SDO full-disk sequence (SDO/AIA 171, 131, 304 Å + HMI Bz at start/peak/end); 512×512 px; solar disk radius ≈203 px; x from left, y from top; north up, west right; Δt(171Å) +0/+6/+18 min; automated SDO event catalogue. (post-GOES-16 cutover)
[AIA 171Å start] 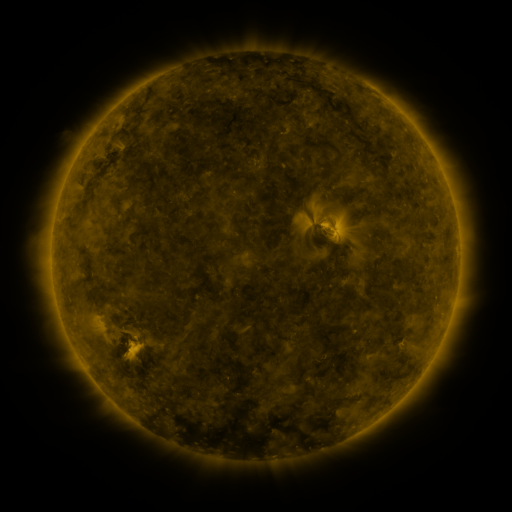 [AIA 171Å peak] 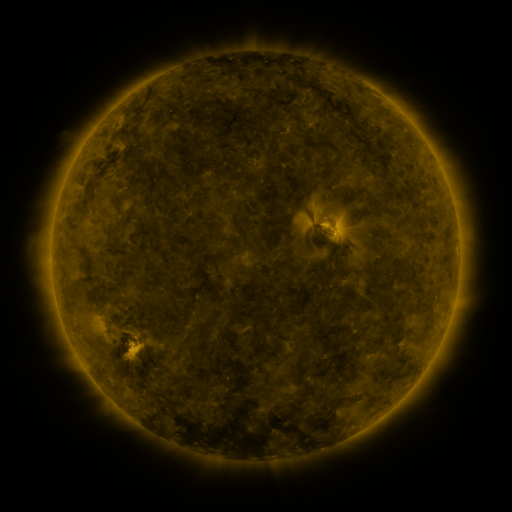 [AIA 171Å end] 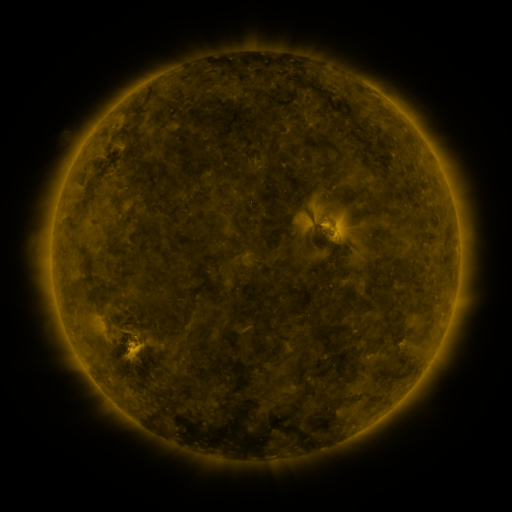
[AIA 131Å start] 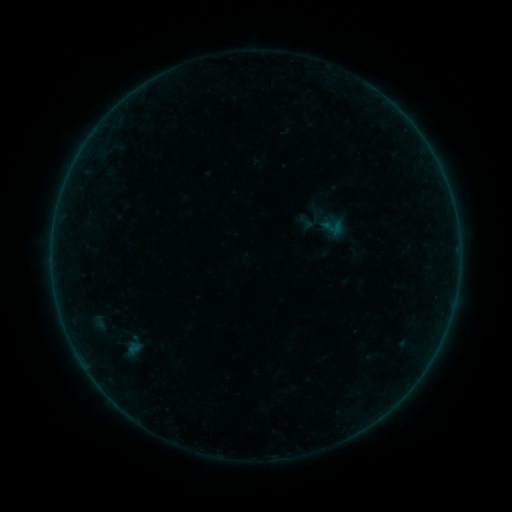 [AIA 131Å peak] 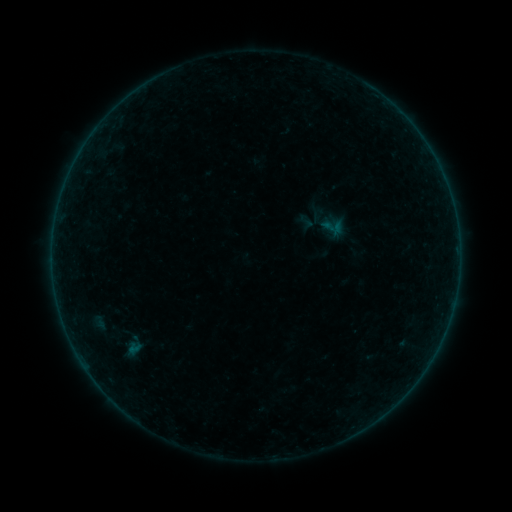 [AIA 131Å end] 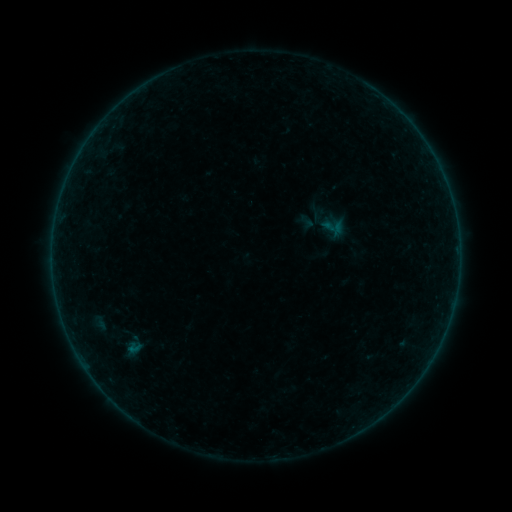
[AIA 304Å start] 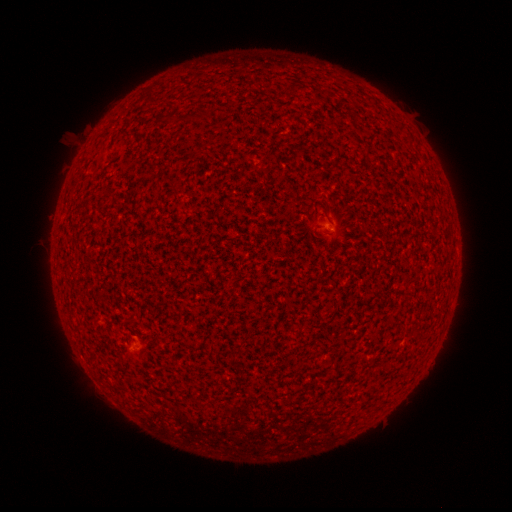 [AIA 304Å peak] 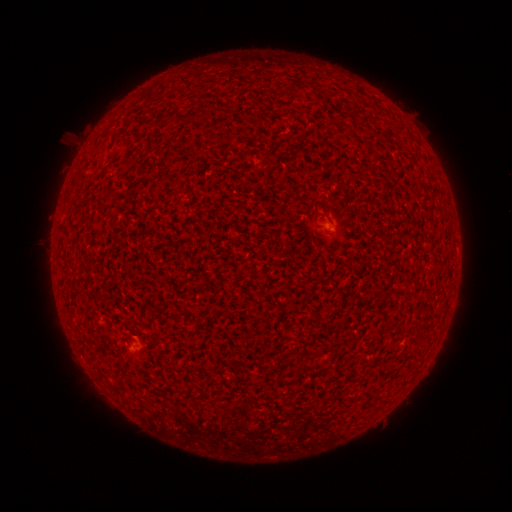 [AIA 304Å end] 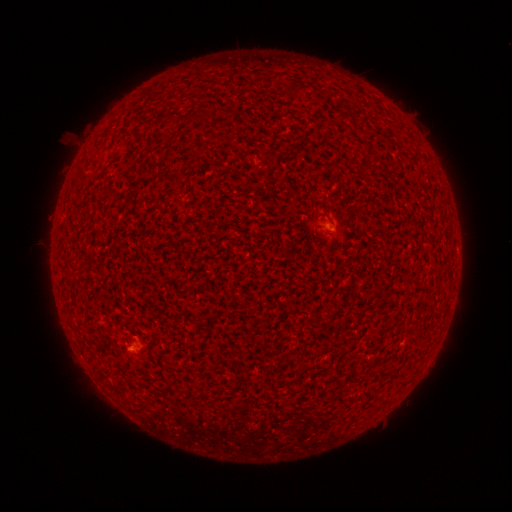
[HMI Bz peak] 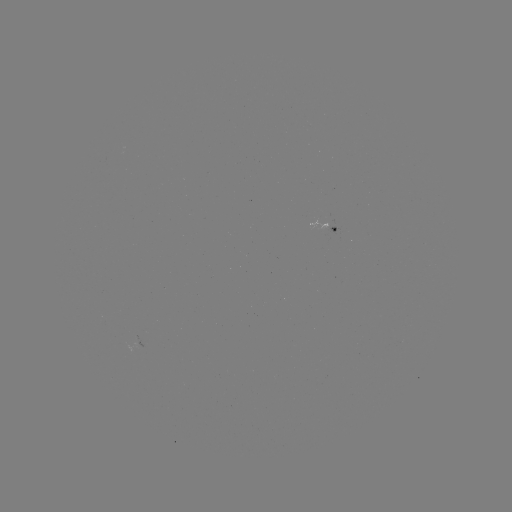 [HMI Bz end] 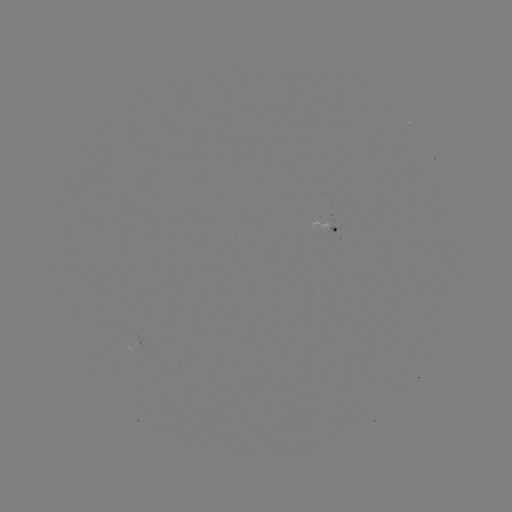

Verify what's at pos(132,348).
B1.1 flare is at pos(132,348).